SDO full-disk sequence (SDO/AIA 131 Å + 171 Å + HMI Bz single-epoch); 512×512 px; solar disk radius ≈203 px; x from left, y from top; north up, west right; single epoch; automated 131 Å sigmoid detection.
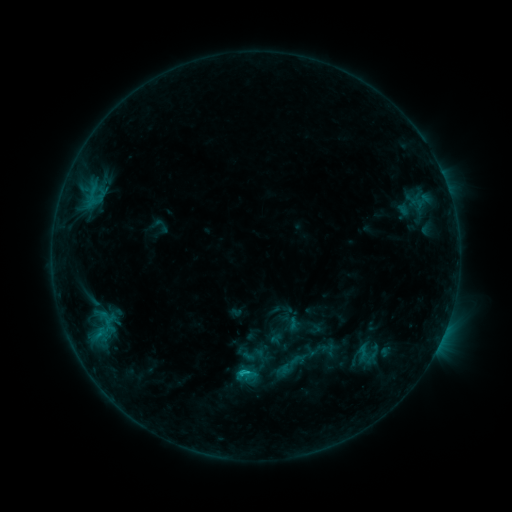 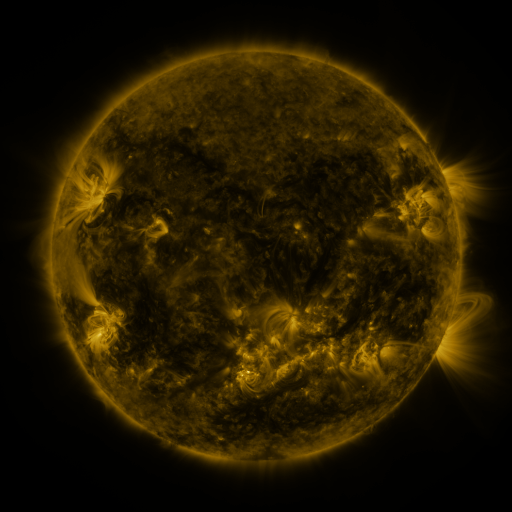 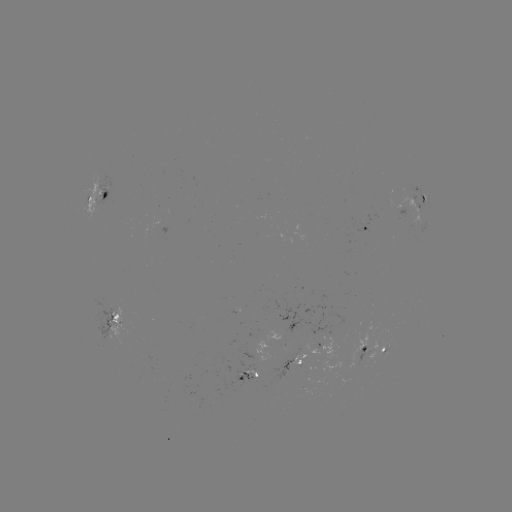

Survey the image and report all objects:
sigmoid: <bbox>353, 338, 383, 367</bbox>
sigmoid: <bbox>271, 345, 311, 384</bbox>
